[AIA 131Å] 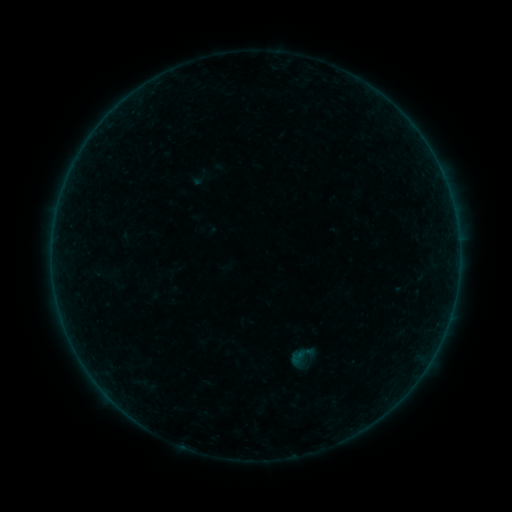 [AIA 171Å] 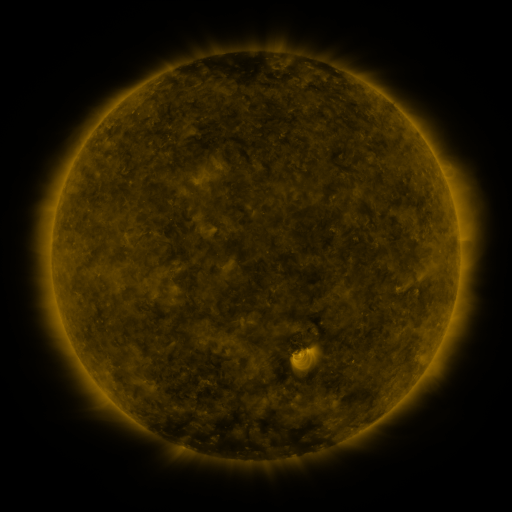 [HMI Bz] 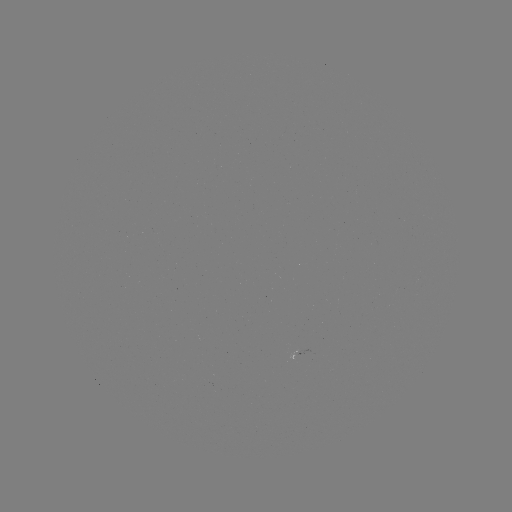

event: sigmoid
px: (301, 357)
